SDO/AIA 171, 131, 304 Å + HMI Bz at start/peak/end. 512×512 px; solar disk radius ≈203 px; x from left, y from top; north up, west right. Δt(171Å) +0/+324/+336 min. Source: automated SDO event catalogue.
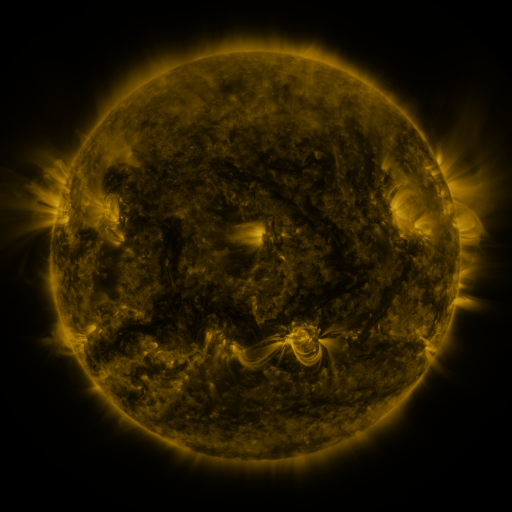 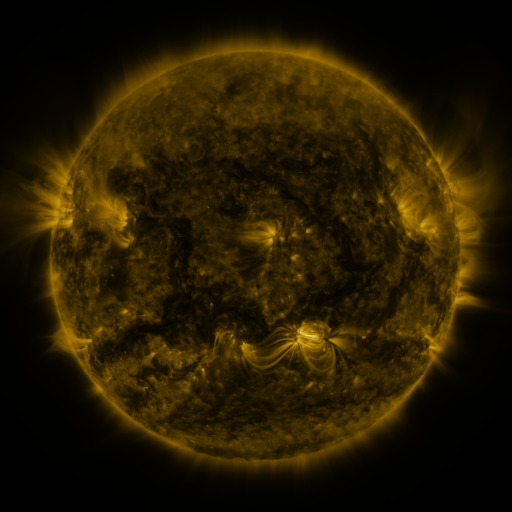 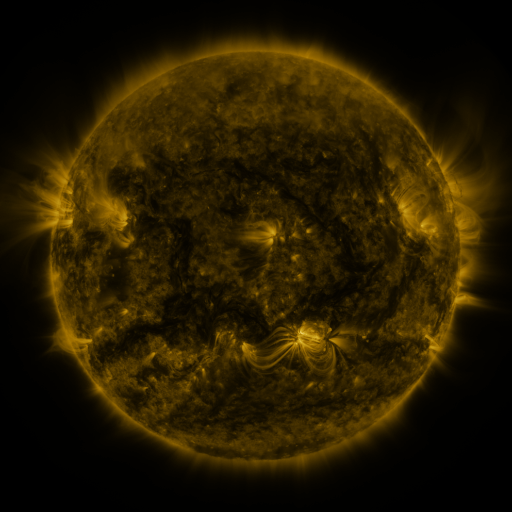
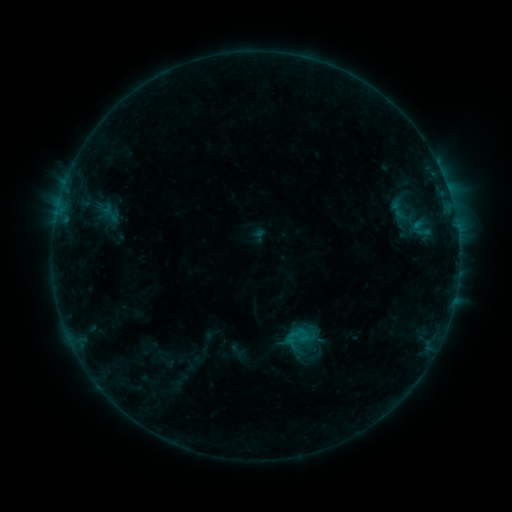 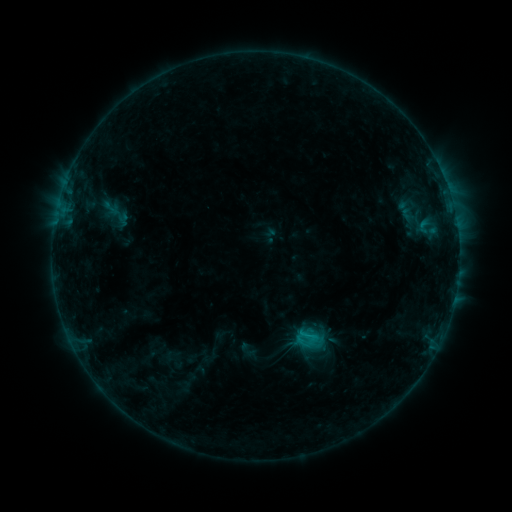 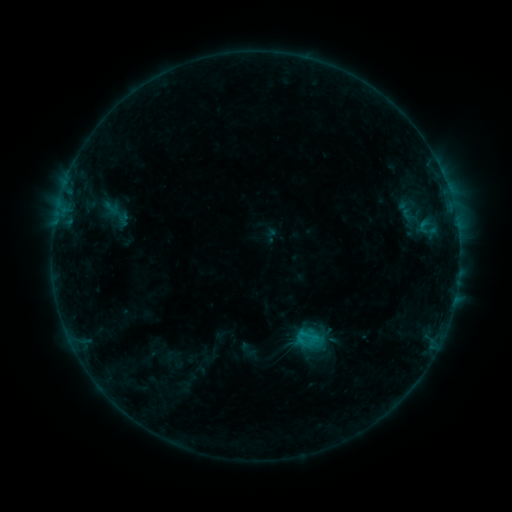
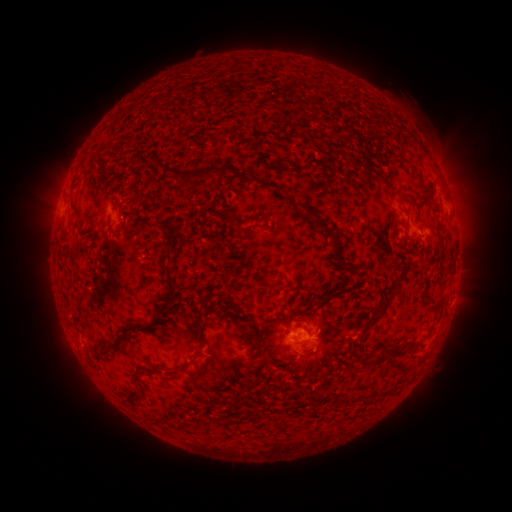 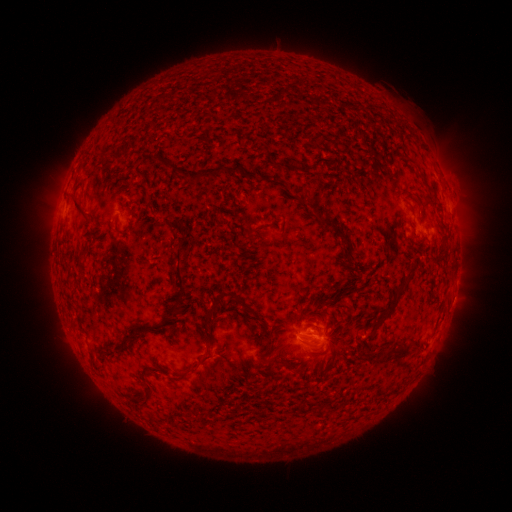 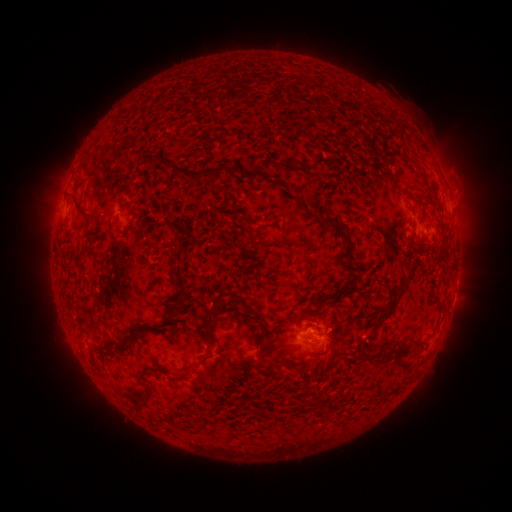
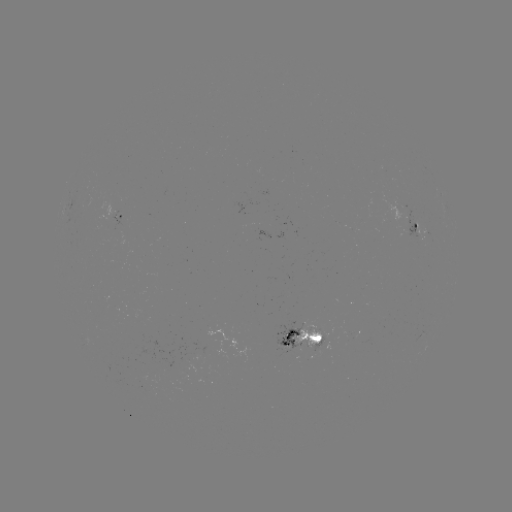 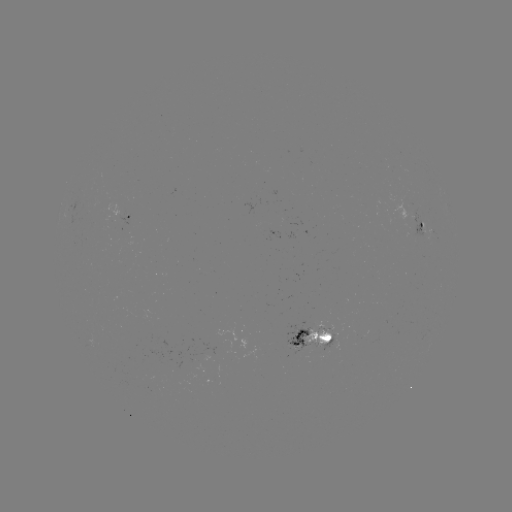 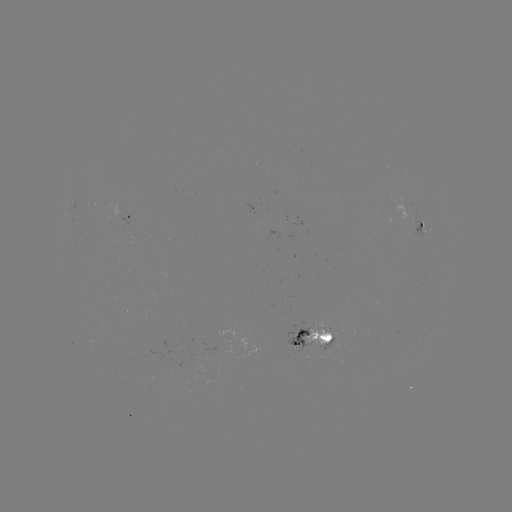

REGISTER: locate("emerging-flux region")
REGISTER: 416,228